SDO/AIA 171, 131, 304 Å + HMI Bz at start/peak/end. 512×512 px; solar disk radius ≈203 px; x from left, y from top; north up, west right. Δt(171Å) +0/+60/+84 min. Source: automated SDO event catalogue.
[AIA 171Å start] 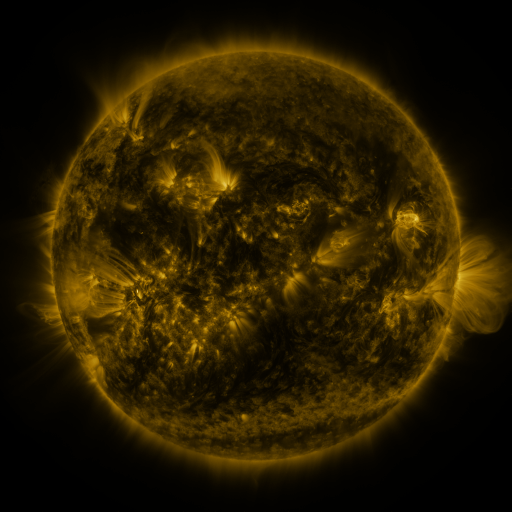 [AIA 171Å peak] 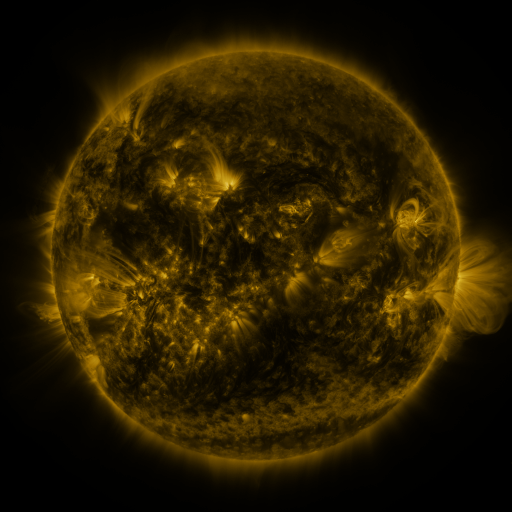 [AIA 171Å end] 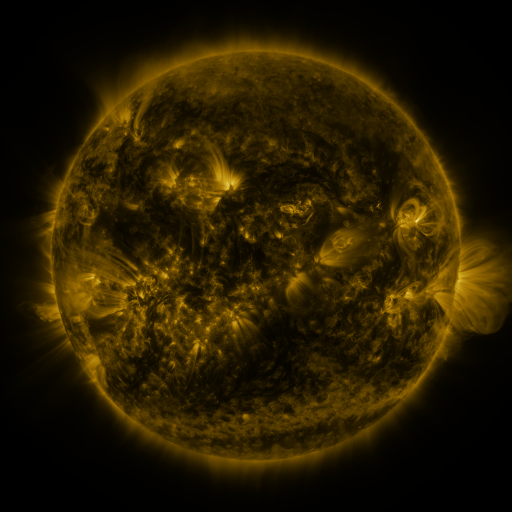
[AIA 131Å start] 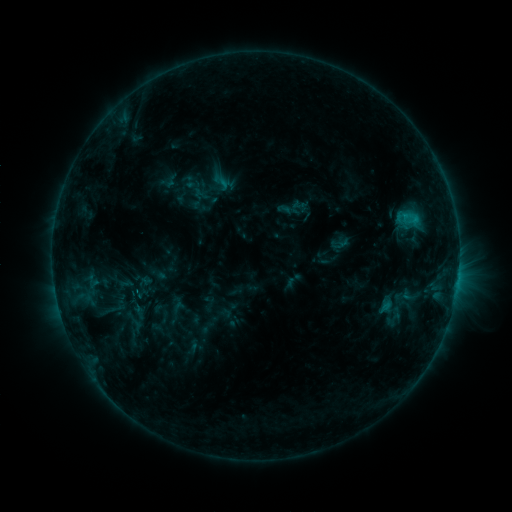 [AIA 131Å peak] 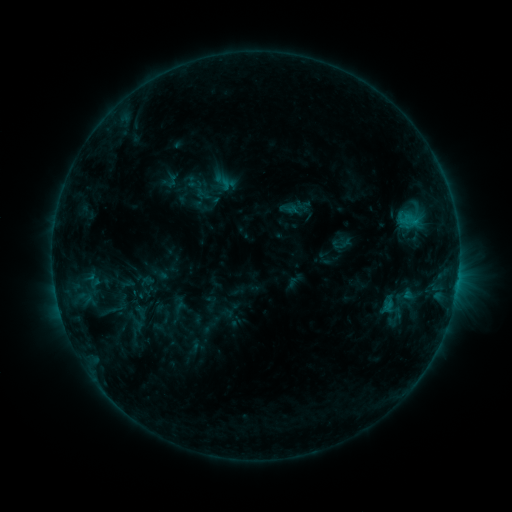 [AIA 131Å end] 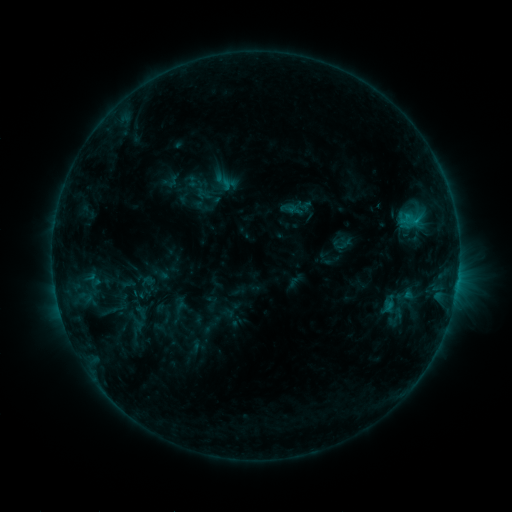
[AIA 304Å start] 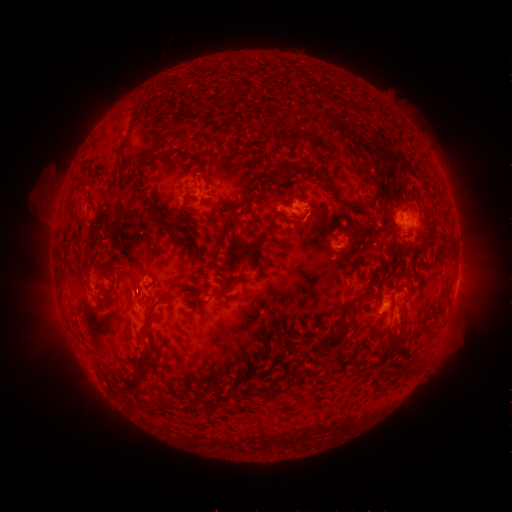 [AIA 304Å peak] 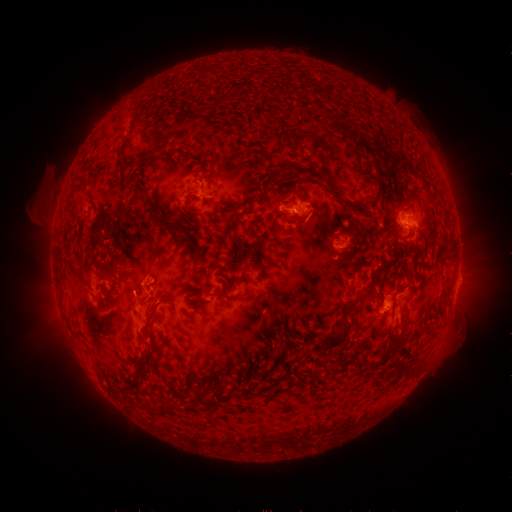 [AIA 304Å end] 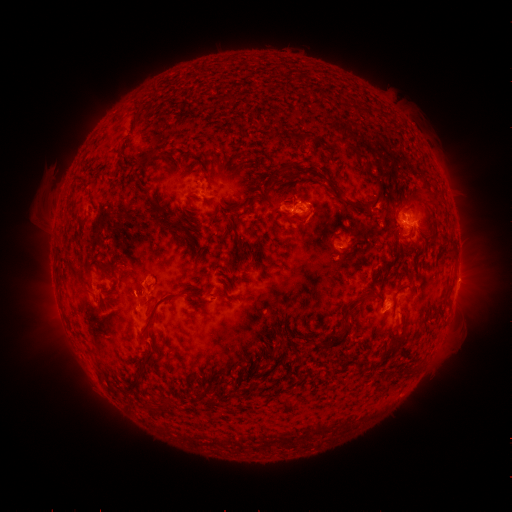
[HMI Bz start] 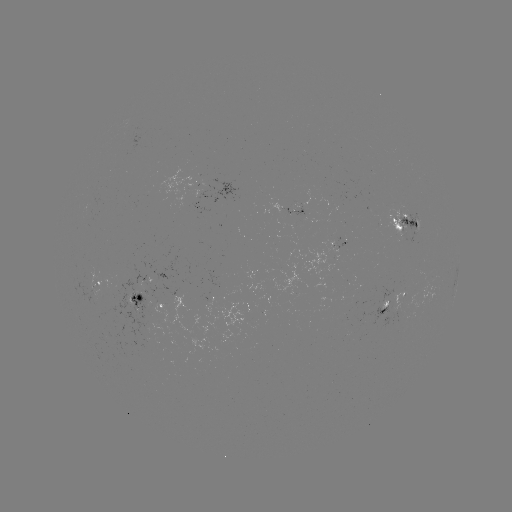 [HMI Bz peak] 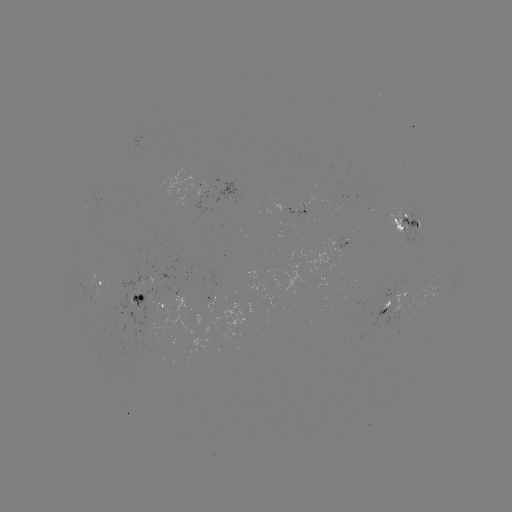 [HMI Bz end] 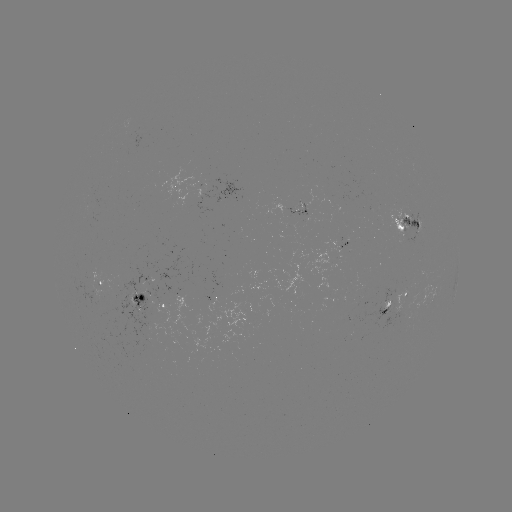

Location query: emerging-flux region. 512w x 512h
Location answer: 151,342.